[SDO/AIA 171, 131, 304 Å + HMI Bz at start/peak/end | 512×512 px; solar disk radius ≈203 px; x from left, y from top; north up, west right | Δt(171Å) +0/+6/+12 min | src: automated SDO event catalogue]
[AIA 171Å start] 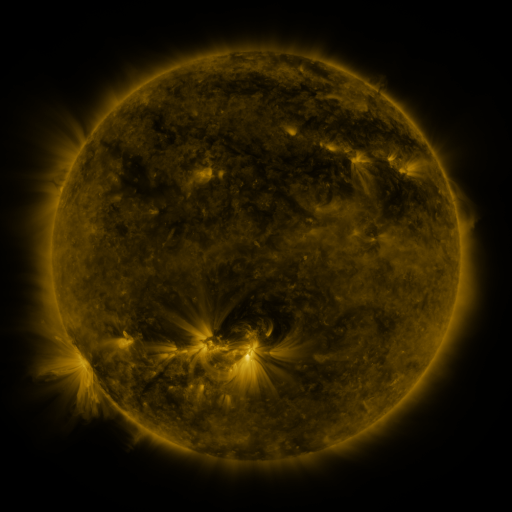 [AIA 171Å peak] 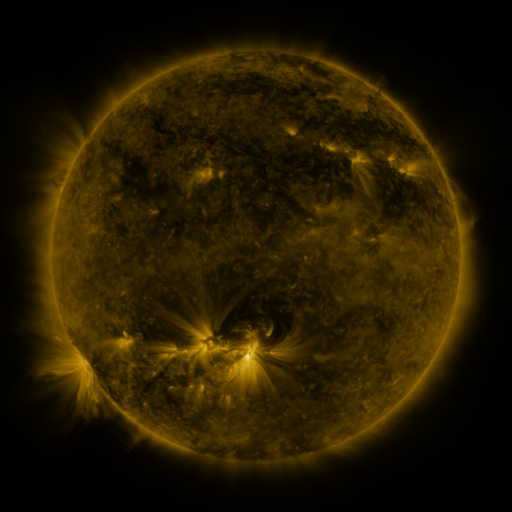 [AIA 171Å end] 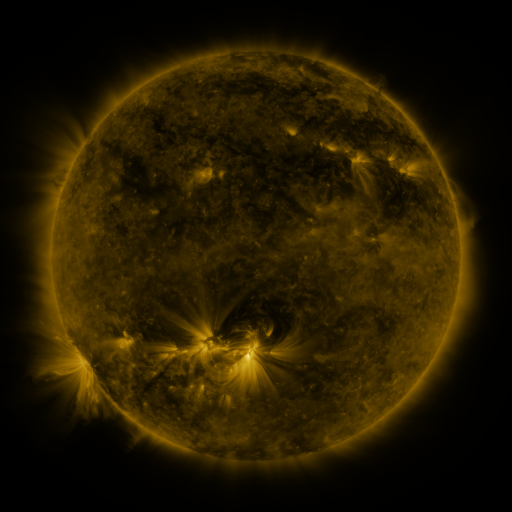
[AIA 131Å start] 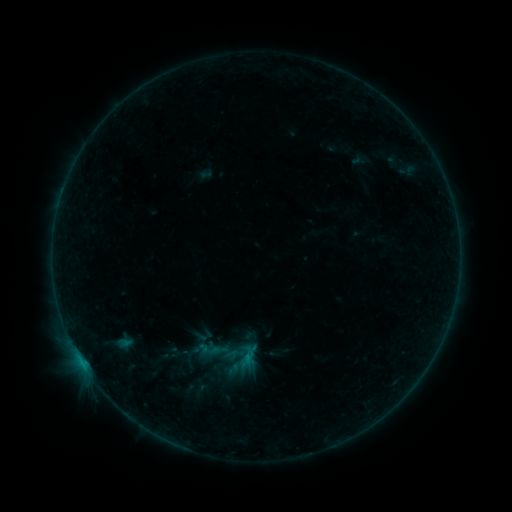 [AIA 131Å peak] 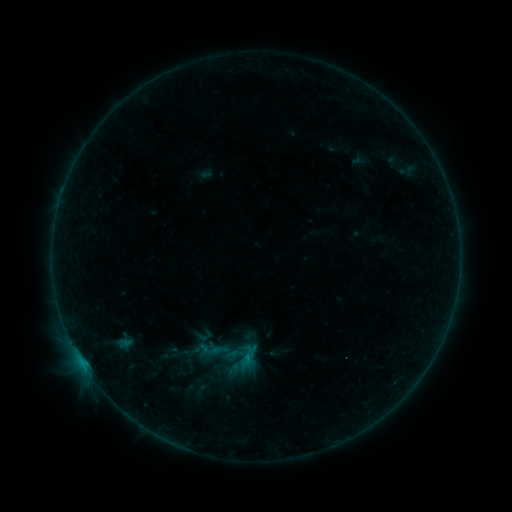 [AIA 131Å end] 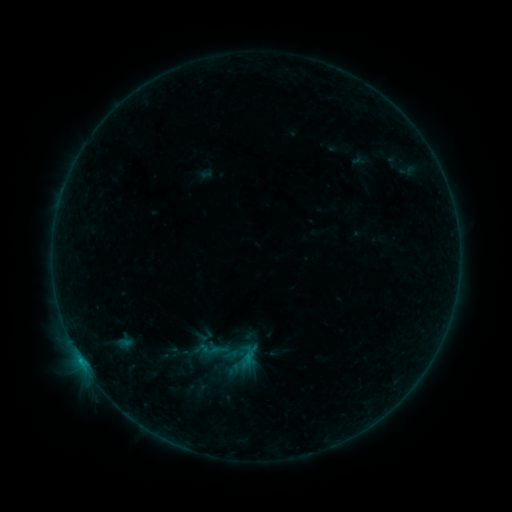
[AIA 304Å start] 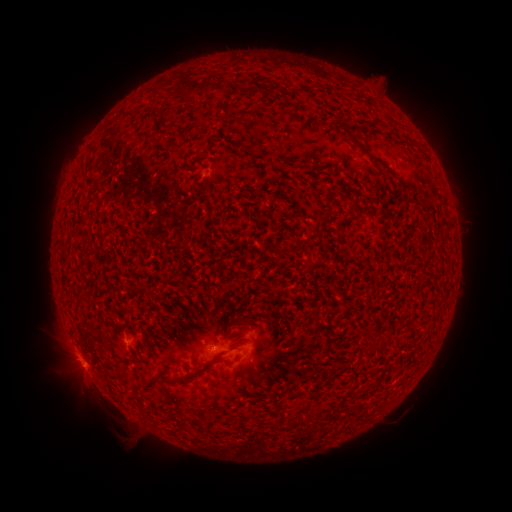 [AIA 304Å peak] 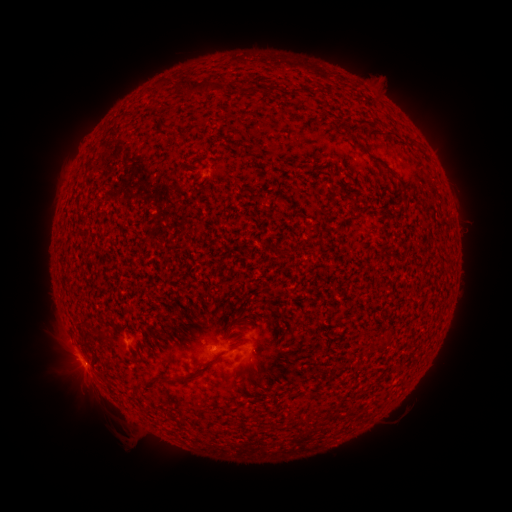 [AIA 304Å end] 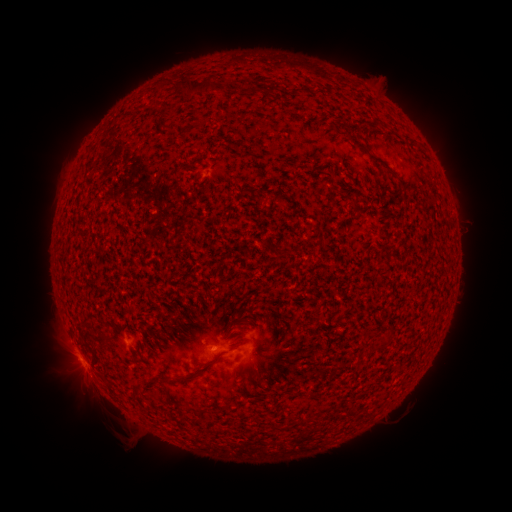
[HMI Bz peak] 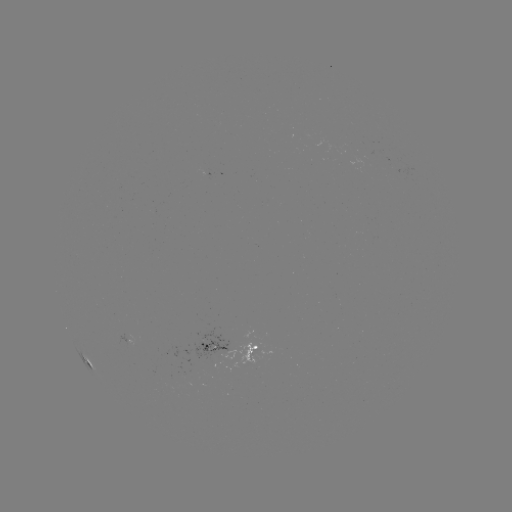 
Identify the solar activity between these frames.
B3.7 flare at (80, 358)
